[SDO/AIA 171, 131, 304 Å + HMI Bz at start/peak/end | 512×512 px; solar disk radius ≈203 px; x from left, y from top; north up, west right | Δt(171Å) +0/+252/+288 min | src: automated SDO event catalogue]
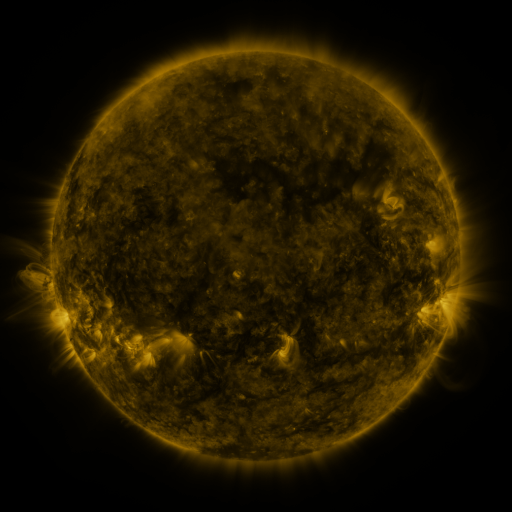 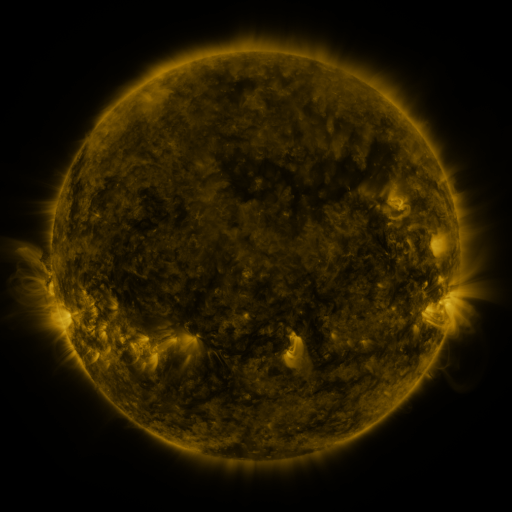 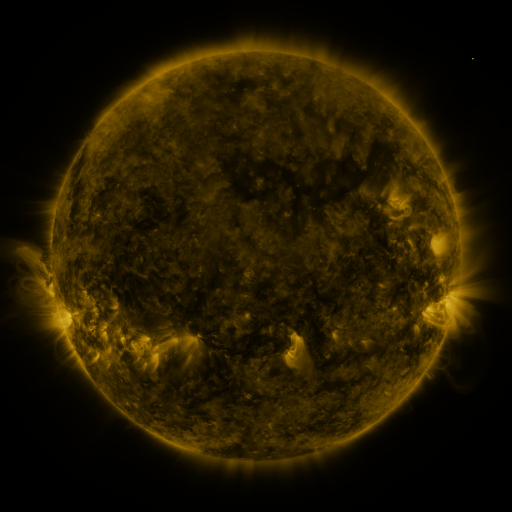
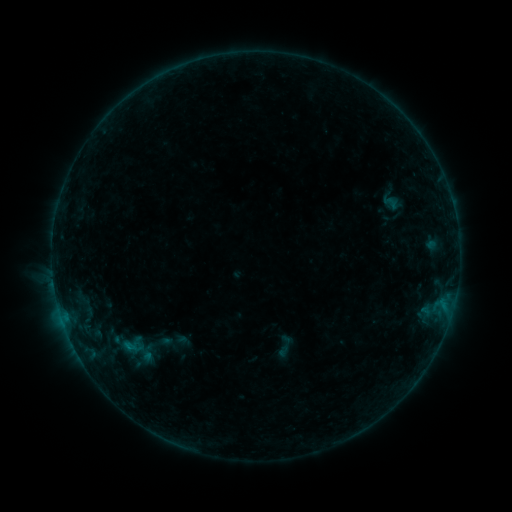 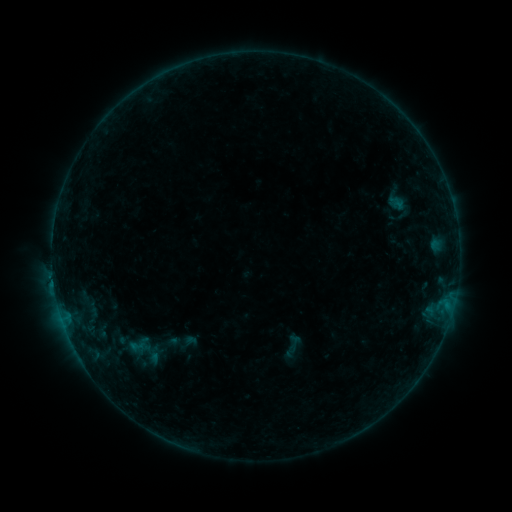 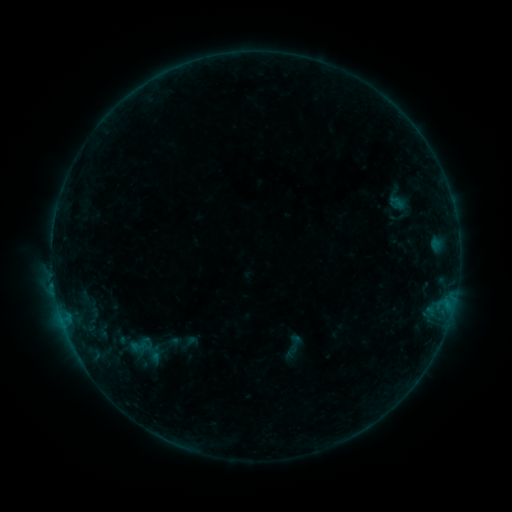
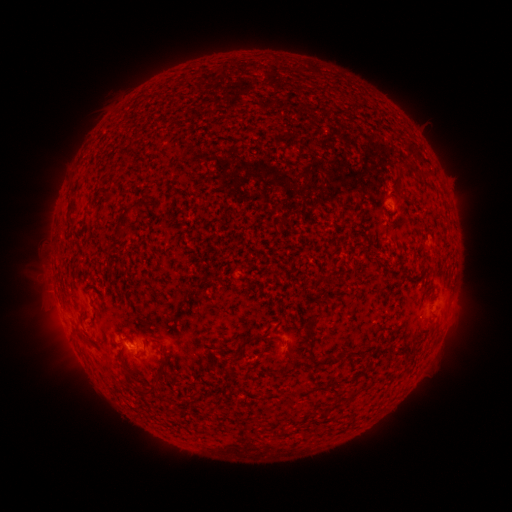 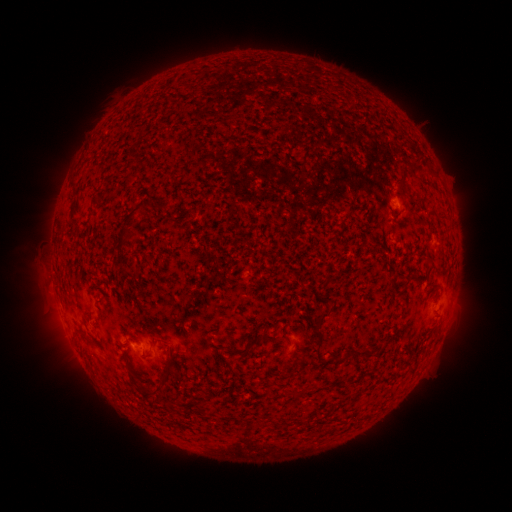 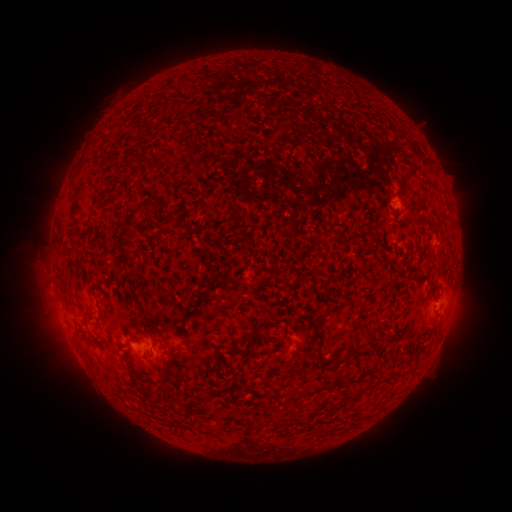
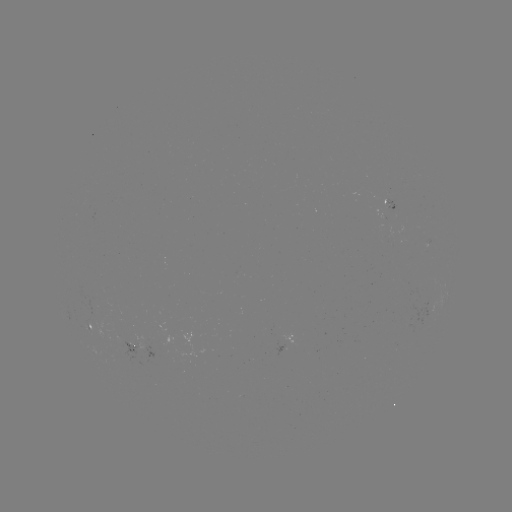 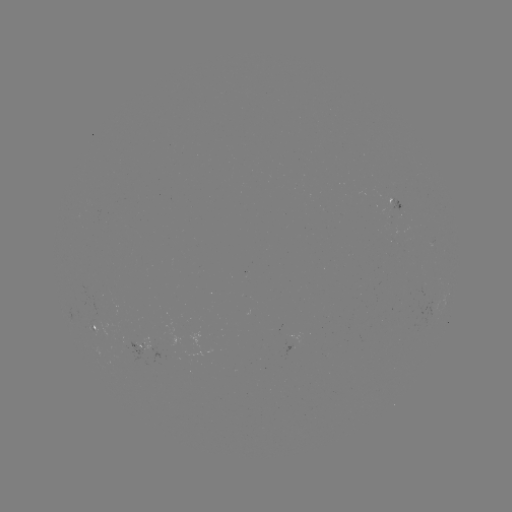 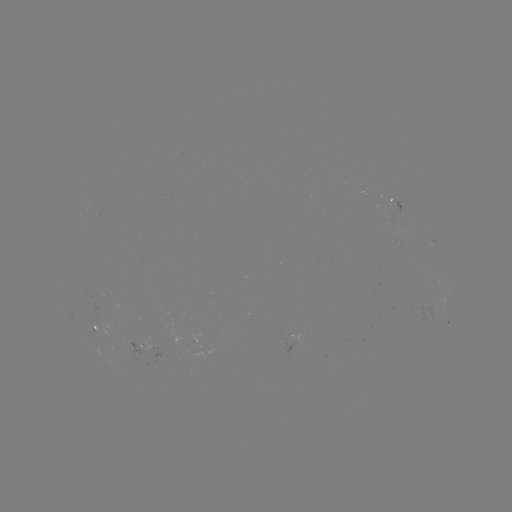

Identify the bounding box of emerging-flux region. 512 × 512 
[382, 200, 405, 218].